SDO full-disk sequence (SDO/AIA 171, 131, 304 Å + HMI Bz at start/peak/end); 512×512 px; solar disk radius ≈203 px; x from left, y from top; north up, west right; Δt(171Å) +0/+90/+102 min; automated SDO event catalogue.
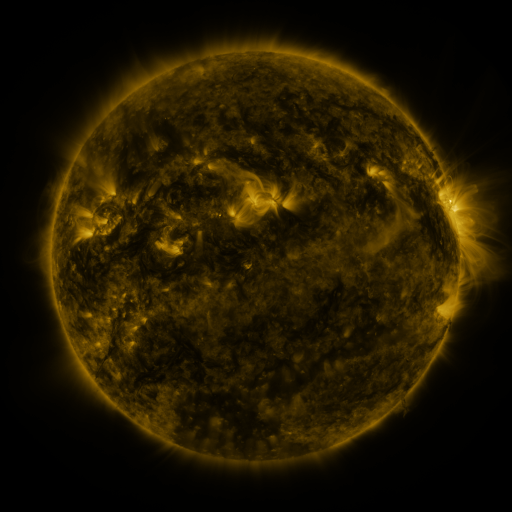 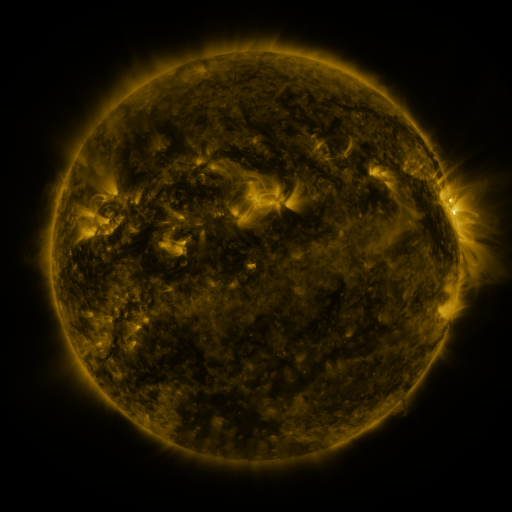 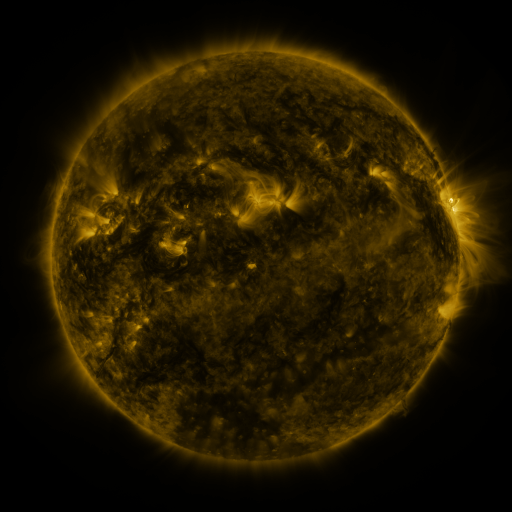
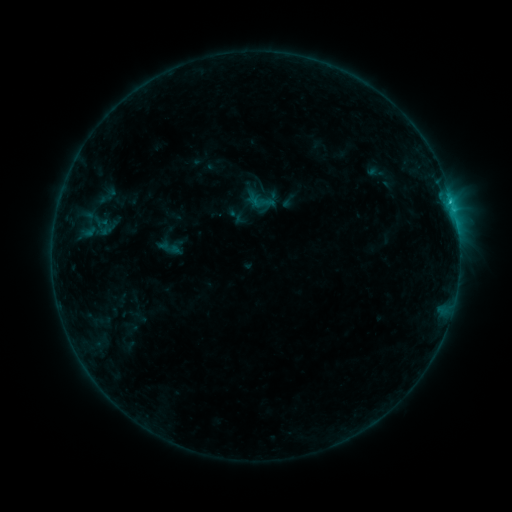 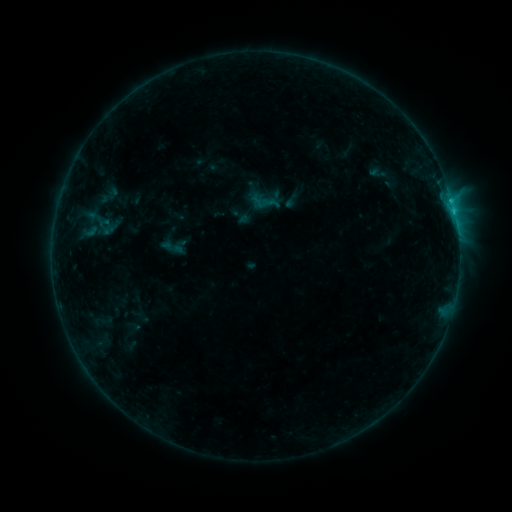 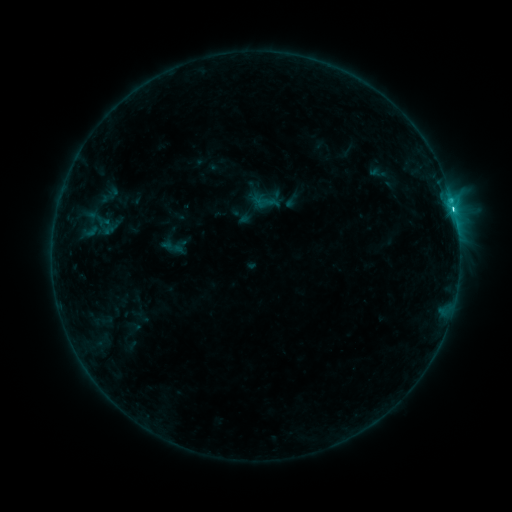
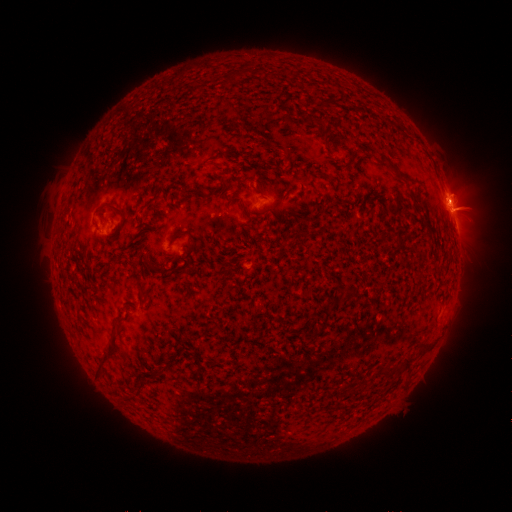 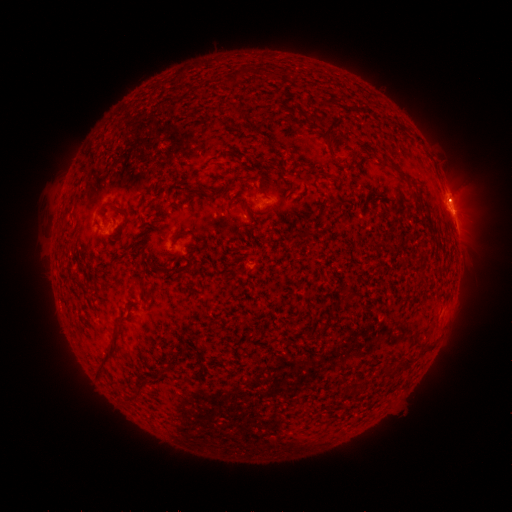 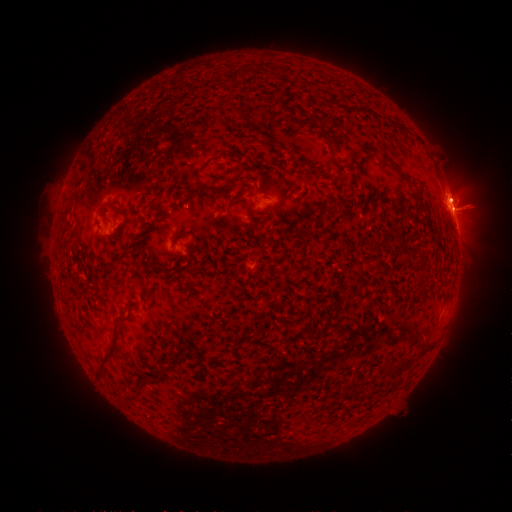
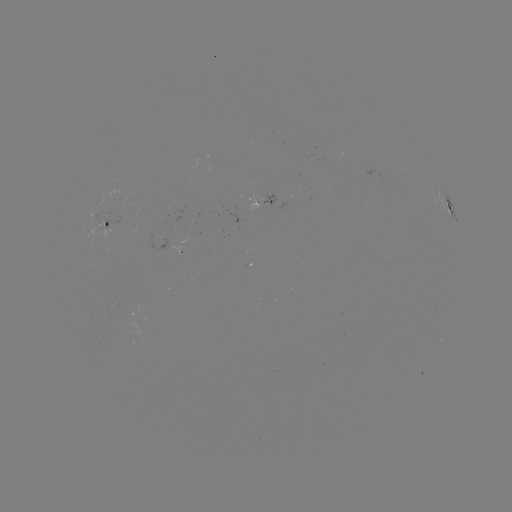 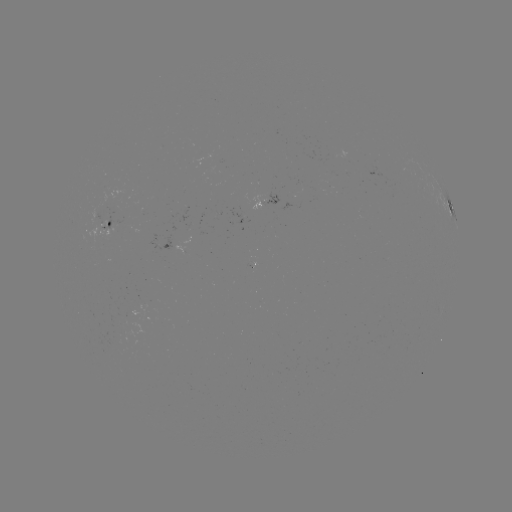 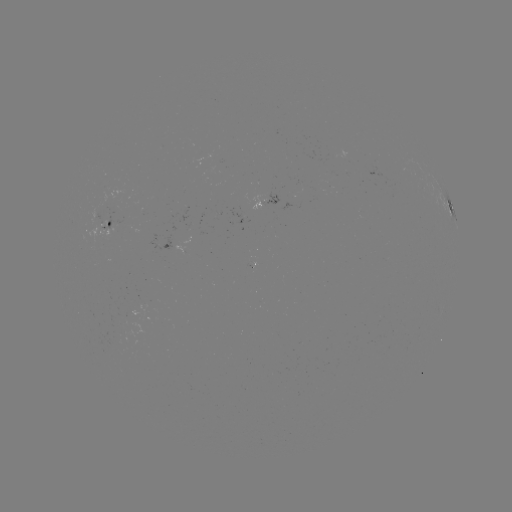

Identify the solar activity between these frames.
emerging-flux region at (112, 340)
